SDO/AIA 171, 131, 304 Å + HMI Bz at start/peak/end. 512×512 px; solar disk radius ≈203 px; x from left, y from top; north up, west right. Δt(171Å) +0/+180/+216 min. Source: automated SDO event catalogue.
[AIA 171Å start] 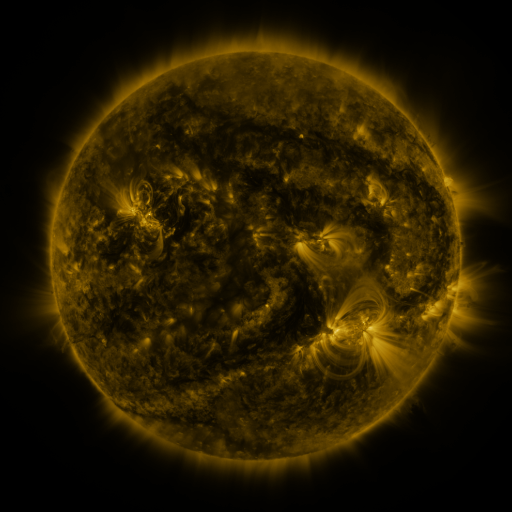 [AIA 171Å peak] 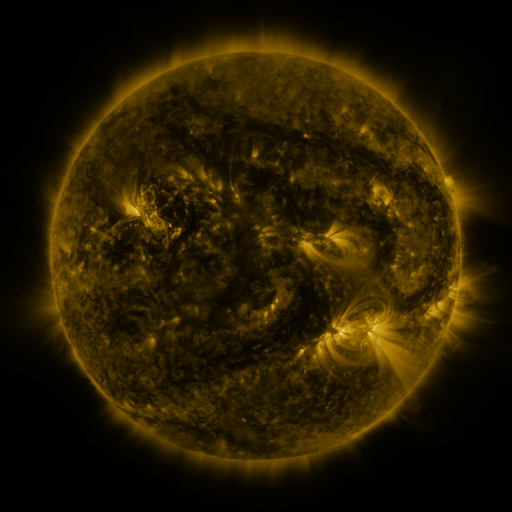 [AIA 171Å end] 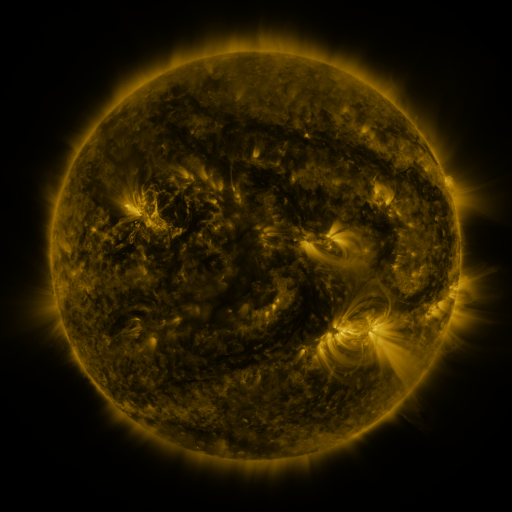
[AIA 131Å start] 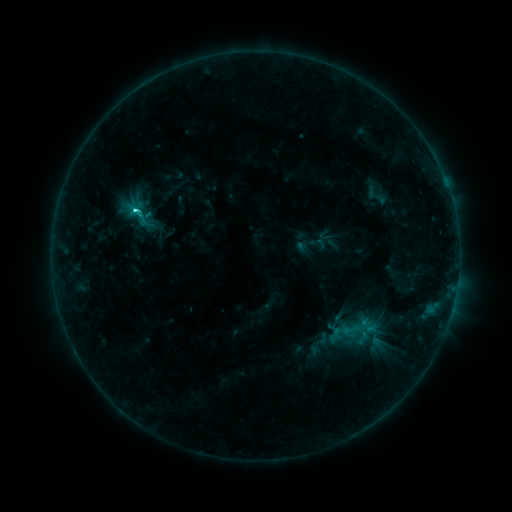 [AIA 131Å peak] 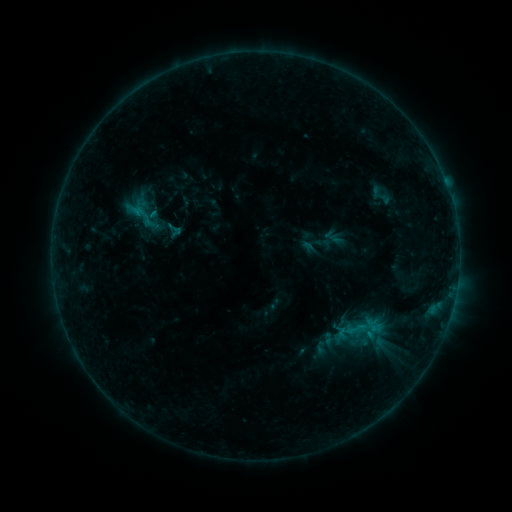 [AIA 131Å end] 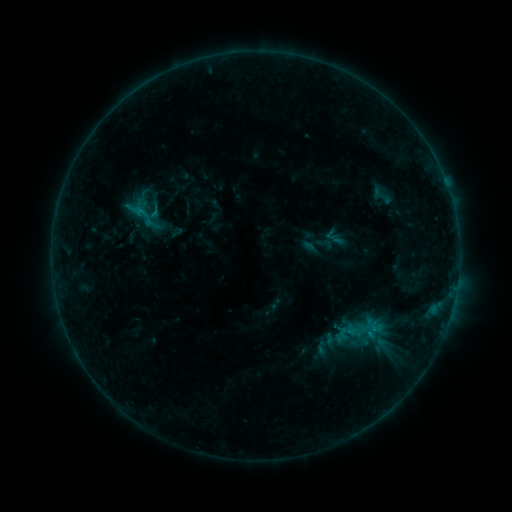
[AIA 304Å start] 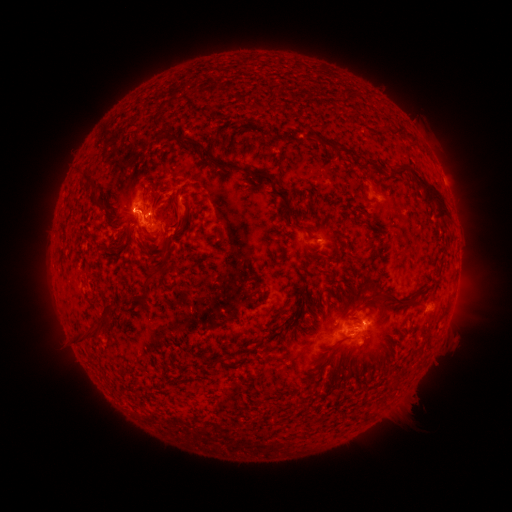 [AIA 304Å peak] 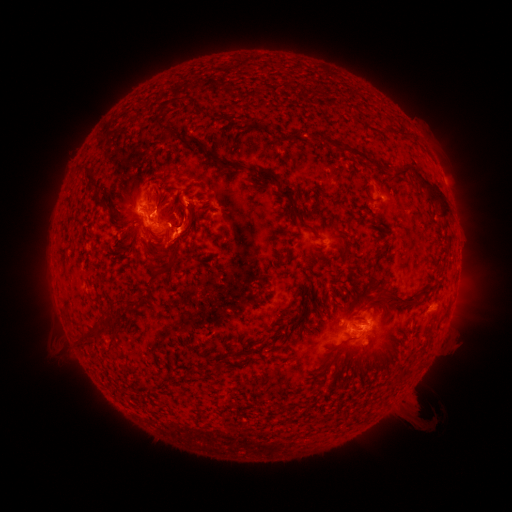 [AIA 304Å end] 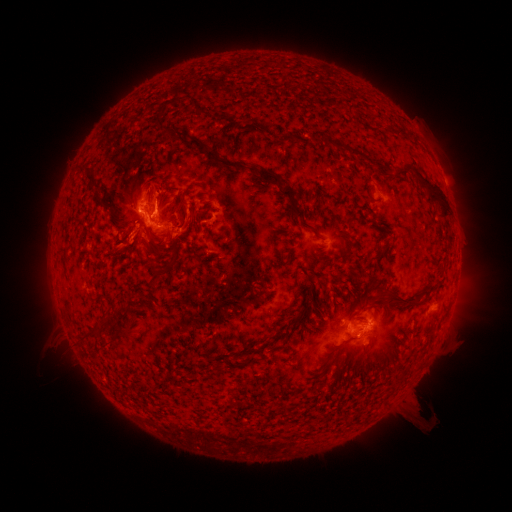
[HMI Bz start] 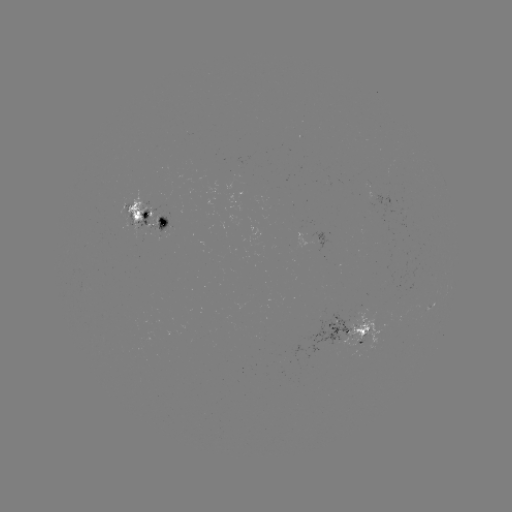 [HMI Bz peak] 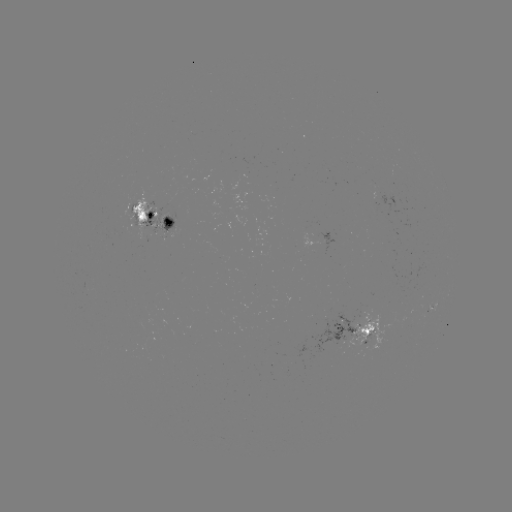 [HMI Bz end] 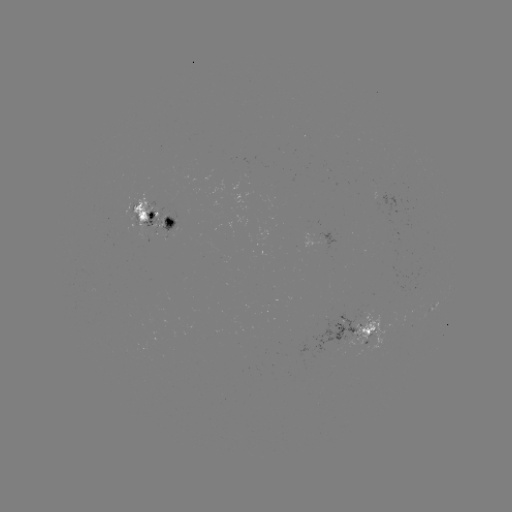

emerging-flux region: [293, 312, 355, 358]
